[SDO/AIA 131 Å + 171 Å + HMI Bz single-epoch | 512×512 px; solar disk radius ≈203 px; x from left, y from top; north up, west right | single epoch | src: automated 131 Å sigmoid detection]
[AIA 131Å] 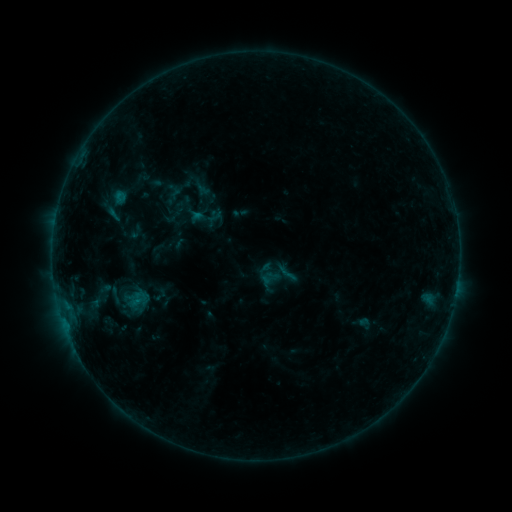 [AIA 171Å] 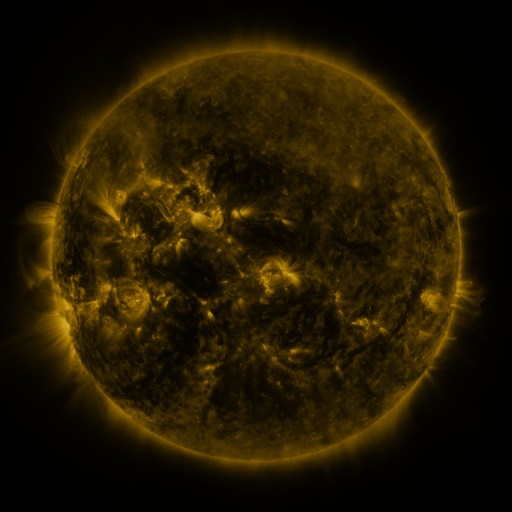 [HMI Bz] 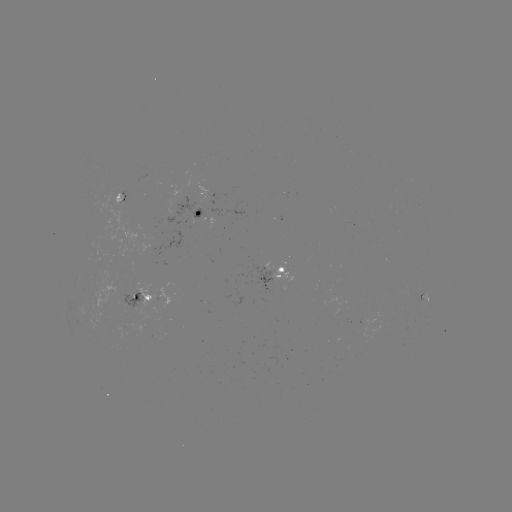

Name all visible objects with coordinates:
sigmoid: (286, 273)
sigmoid: (115, 295)
sigmoid: (138, 299)
